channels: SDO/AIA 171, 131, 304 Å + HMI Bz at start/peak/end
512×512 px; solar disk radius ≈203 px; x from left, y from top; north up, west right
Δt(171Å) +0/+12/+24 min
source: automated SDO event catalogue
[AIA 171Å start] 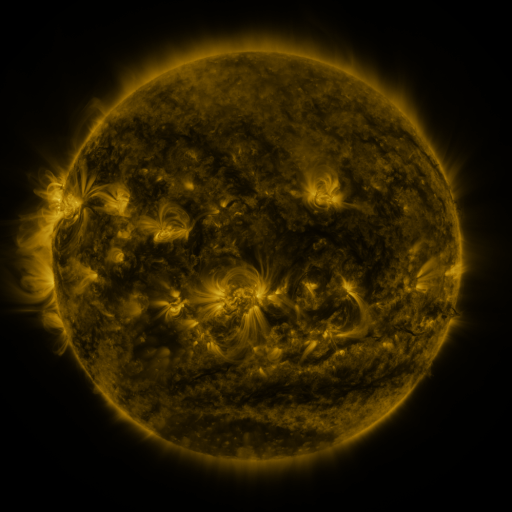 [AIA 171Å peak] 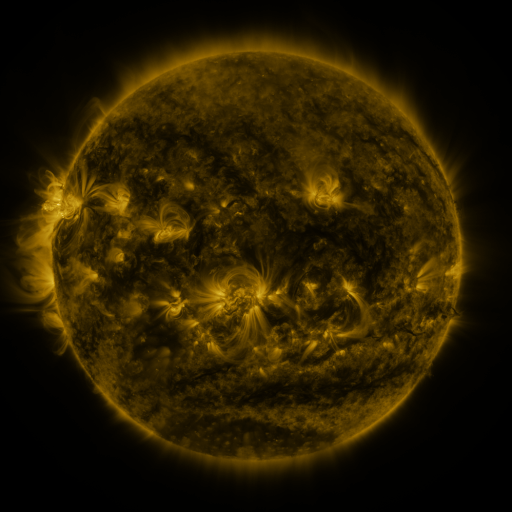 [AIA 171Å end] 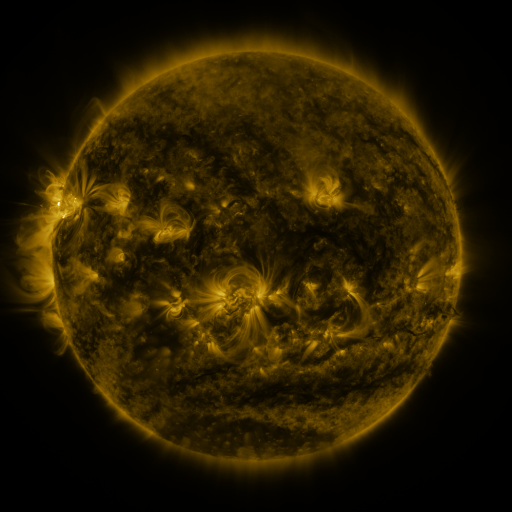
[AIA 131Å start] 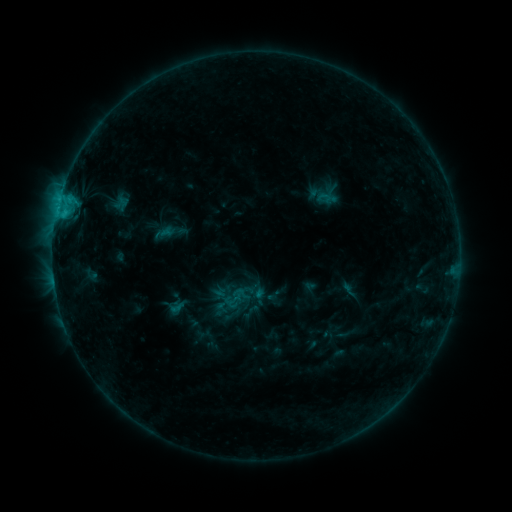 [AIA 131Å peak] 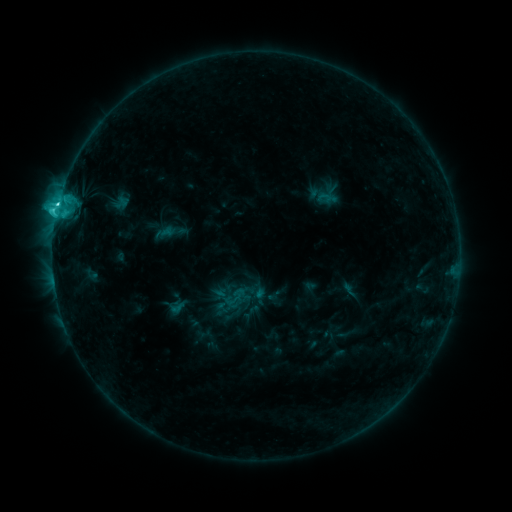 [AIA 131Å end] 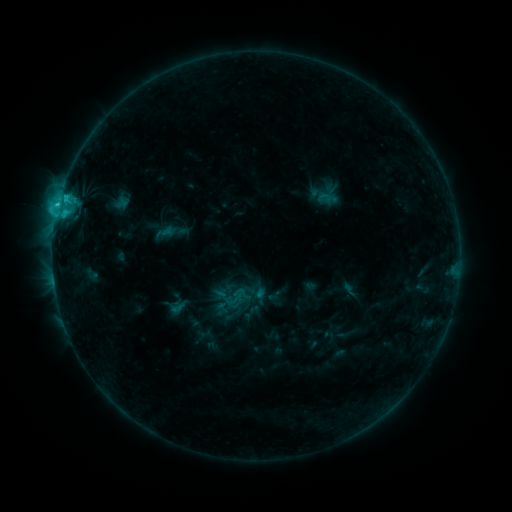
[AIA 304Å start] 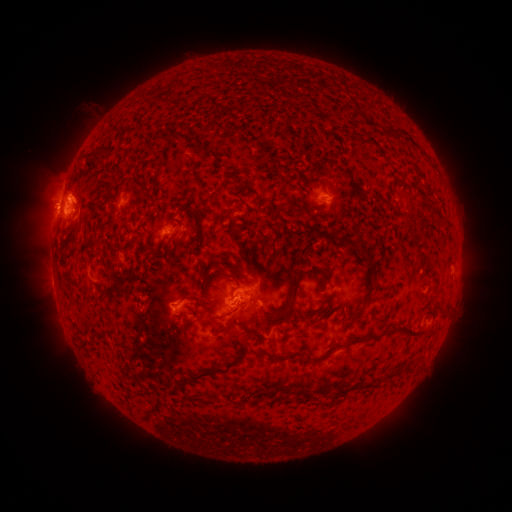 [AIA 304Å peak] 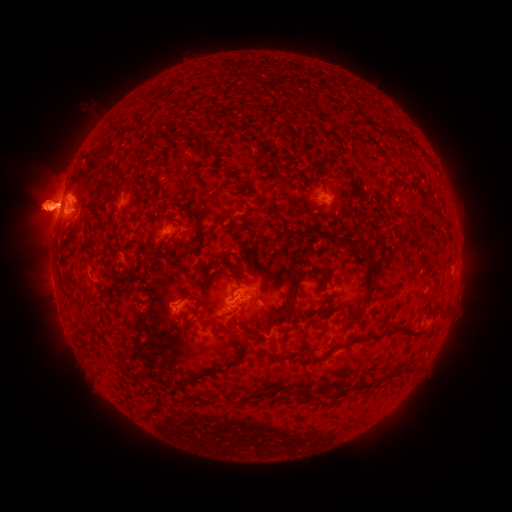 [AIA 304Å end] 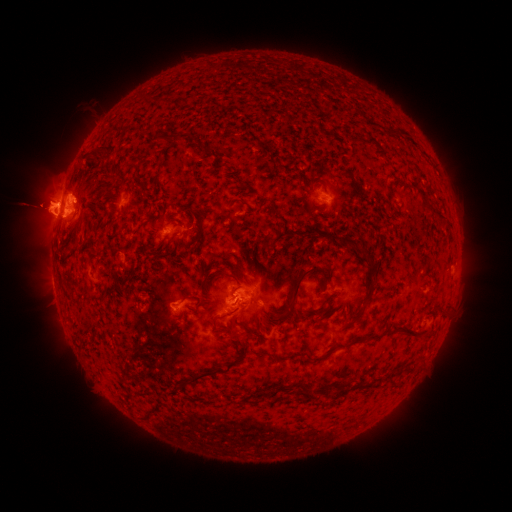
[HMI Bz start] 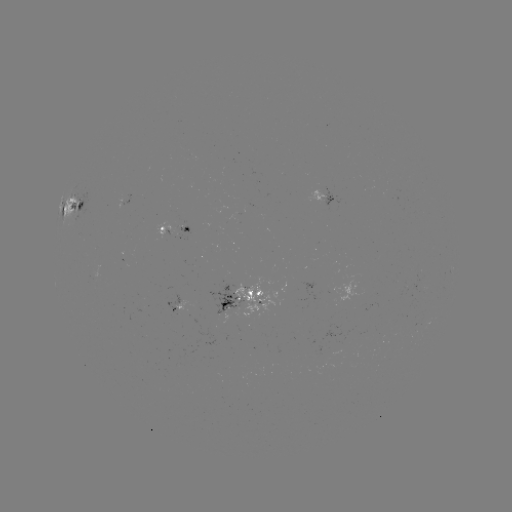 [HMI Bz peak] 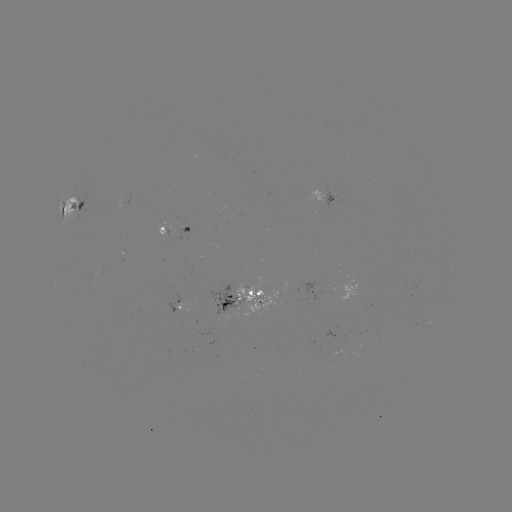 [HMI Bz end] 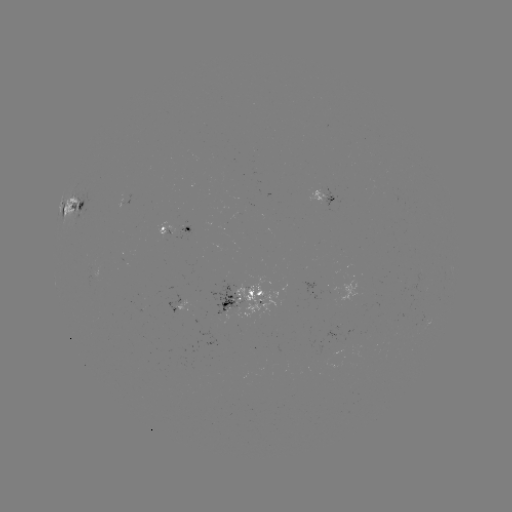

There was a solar flare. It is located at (60, 208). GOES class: C3.4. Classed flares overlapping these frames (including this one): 1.